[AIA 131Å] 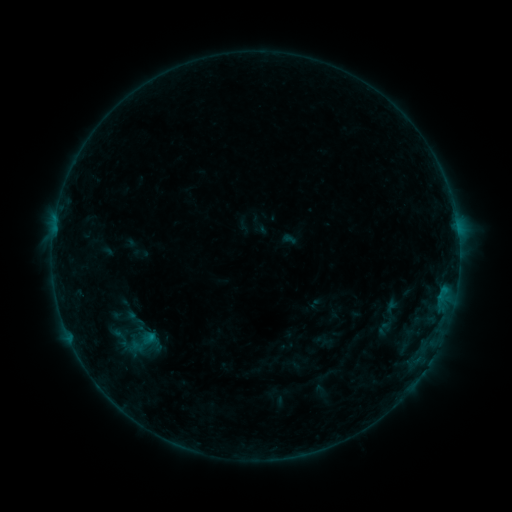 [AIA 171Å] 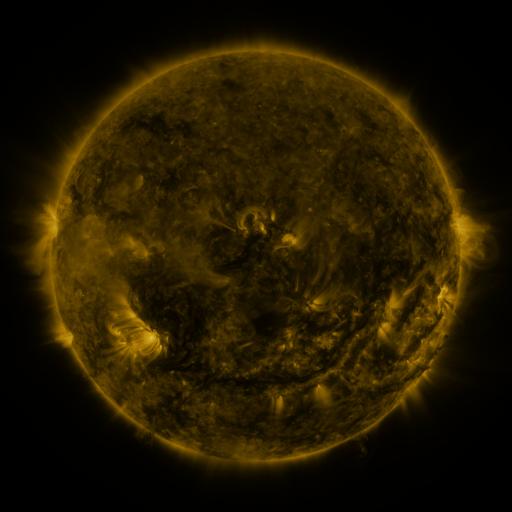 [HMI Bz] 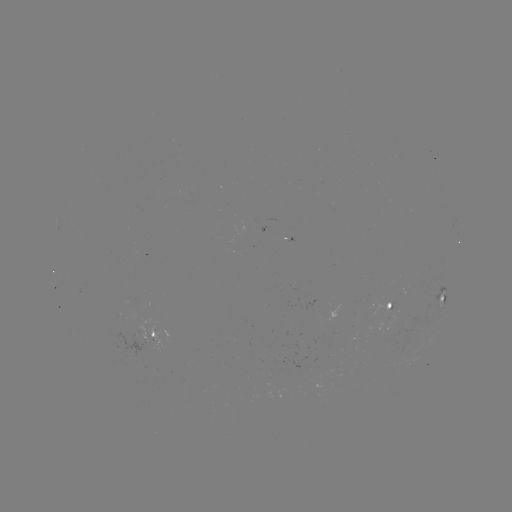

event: sigmoid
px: (135, 319)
